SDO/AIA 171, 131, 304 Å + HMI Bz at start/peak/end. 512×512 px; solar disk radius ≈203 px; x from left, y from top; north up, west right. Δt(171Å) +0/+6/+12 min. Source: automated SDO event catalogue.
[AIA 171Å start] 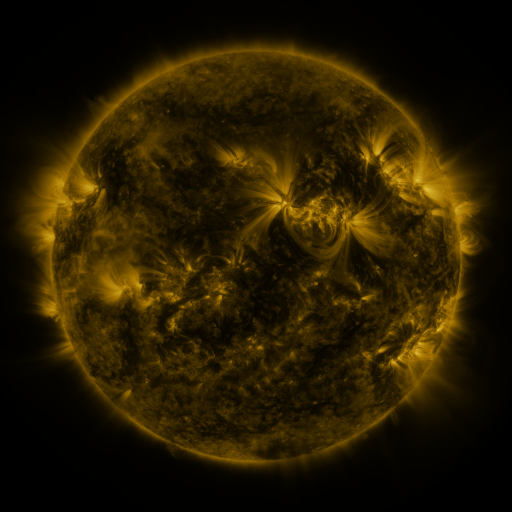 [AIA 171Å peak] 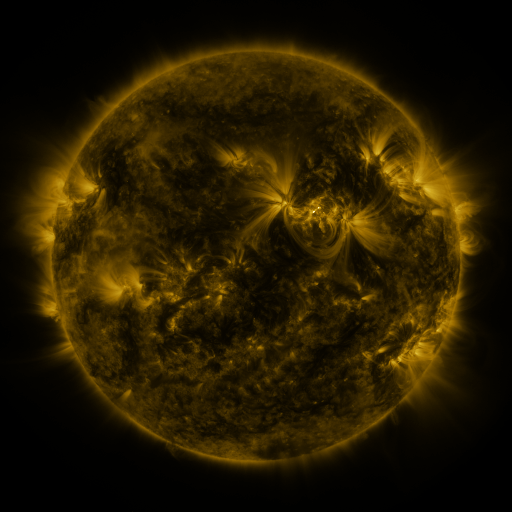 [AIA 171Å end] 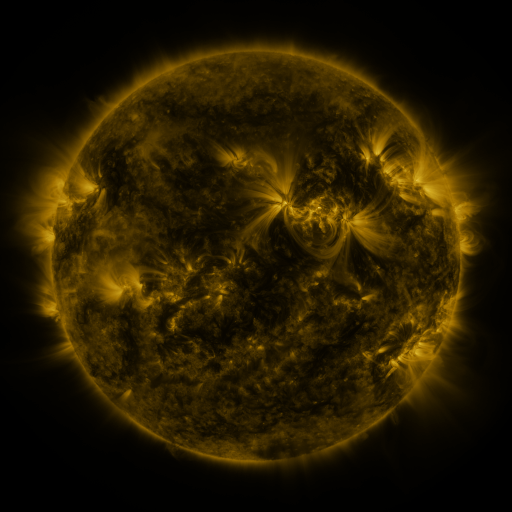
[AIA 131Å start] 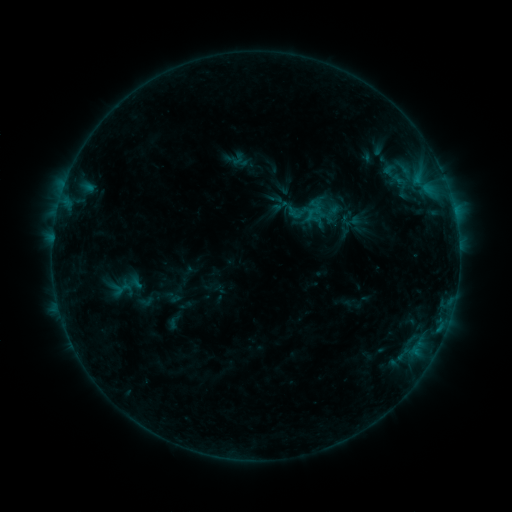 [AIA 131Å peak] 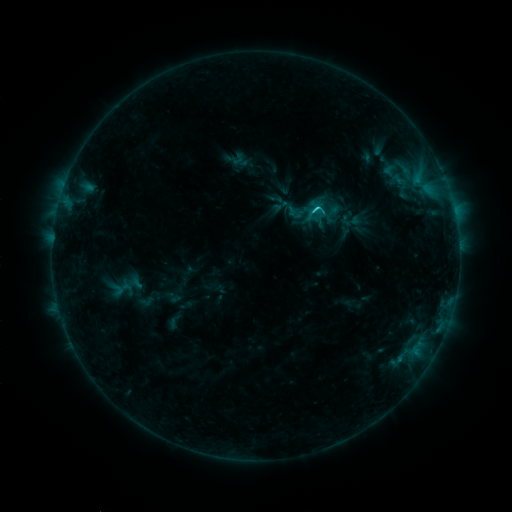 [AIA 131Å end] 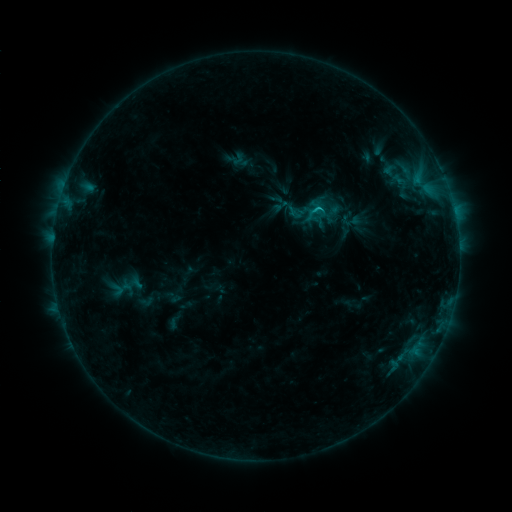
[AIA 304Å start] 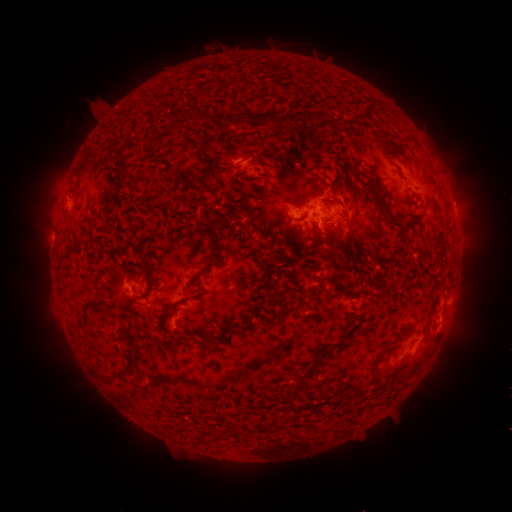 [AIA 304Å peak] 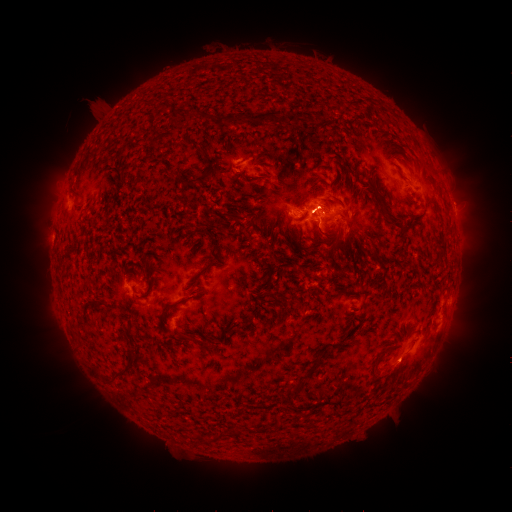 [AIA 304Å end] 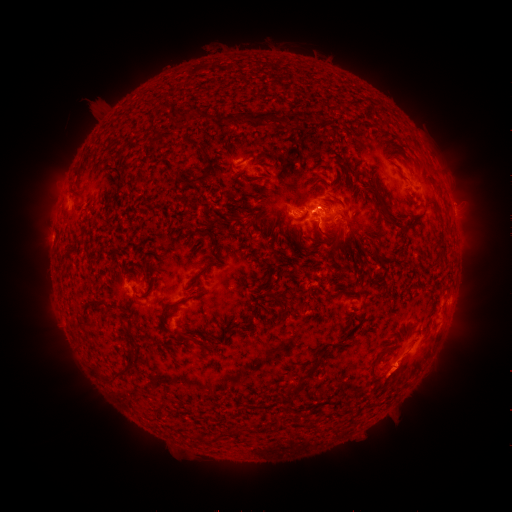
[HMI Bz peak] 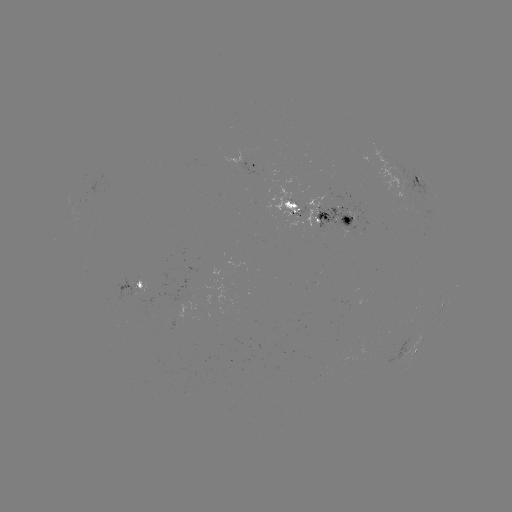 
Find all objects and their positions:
eruption: (311, 193)
